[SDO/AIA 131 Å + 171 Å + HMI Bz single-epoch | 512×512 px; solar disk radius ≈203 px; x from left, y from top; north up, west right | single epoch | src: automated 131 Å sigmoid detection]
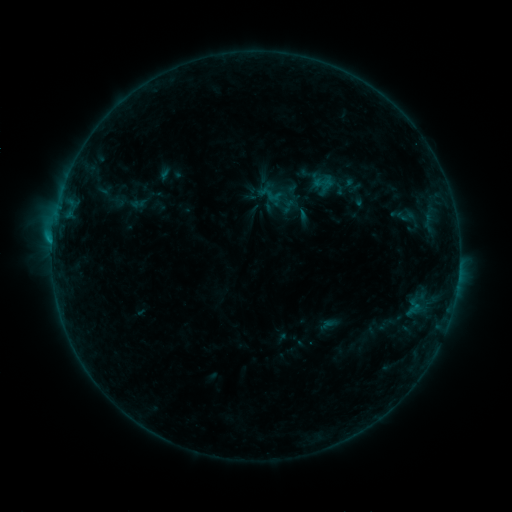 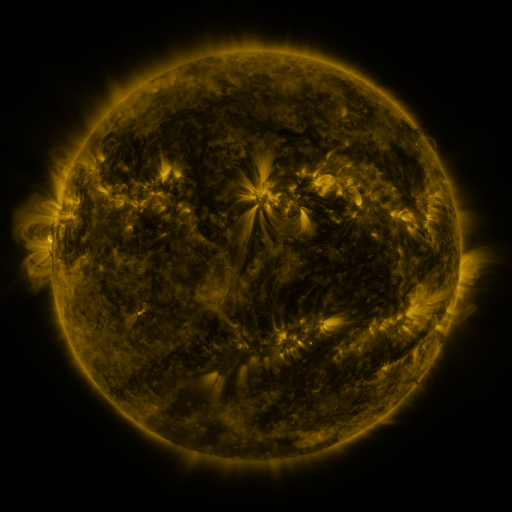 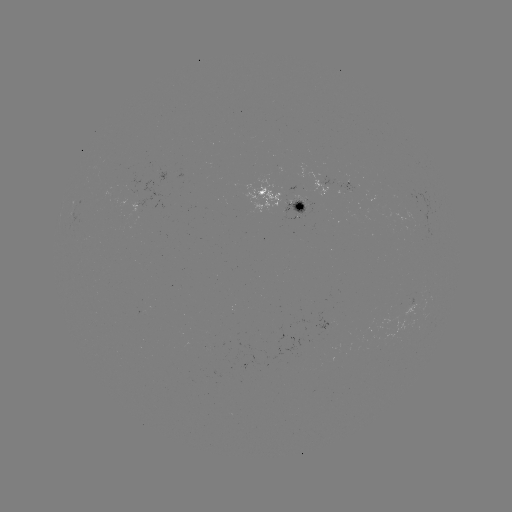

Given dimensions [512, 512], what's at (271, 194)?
sigmoid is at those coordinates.